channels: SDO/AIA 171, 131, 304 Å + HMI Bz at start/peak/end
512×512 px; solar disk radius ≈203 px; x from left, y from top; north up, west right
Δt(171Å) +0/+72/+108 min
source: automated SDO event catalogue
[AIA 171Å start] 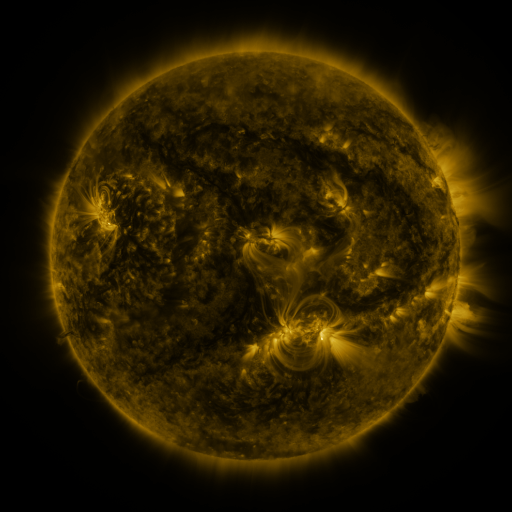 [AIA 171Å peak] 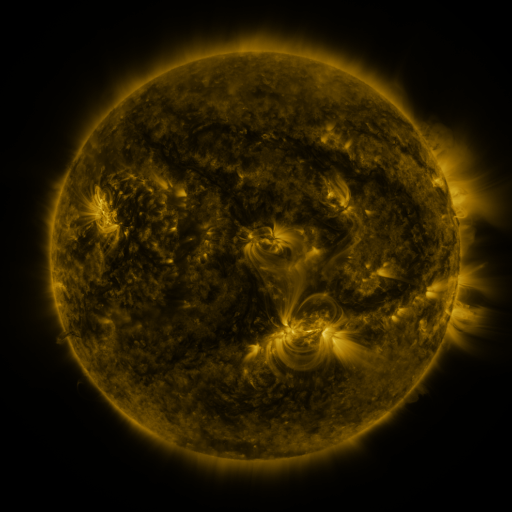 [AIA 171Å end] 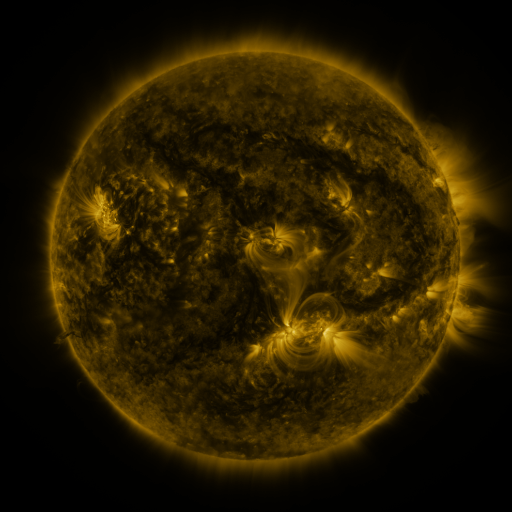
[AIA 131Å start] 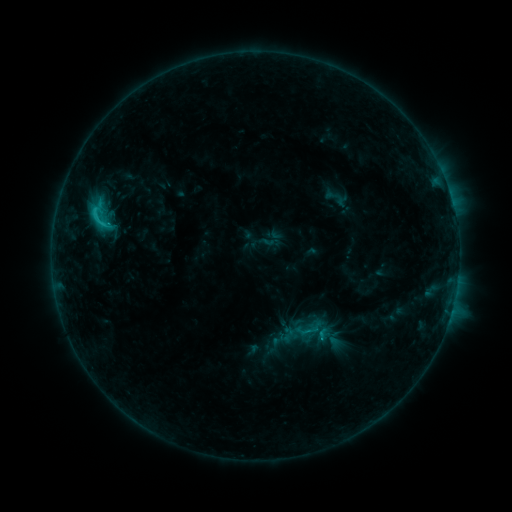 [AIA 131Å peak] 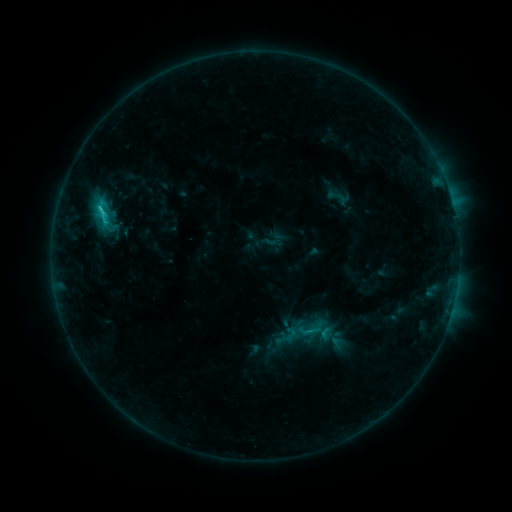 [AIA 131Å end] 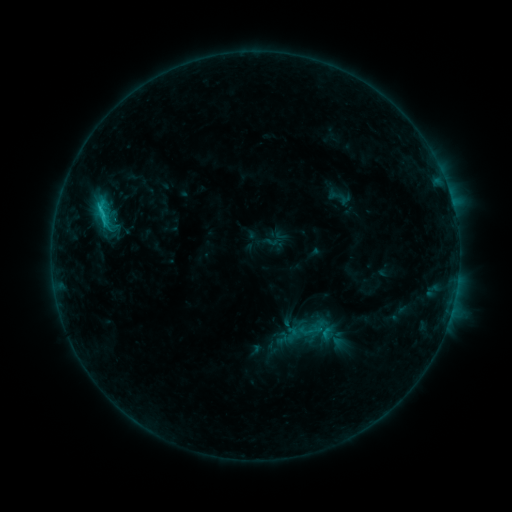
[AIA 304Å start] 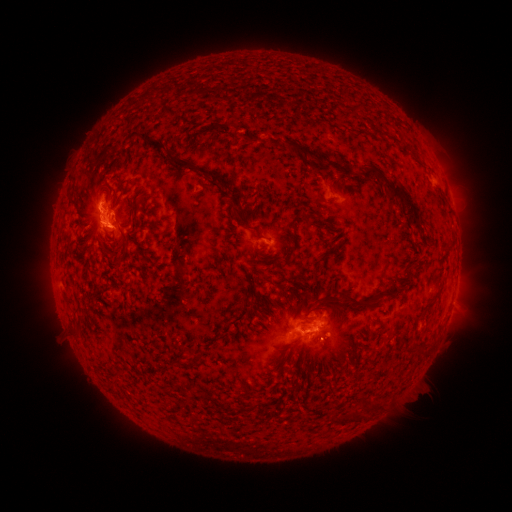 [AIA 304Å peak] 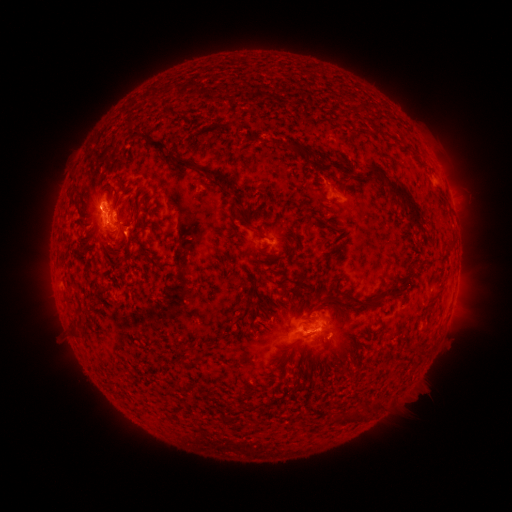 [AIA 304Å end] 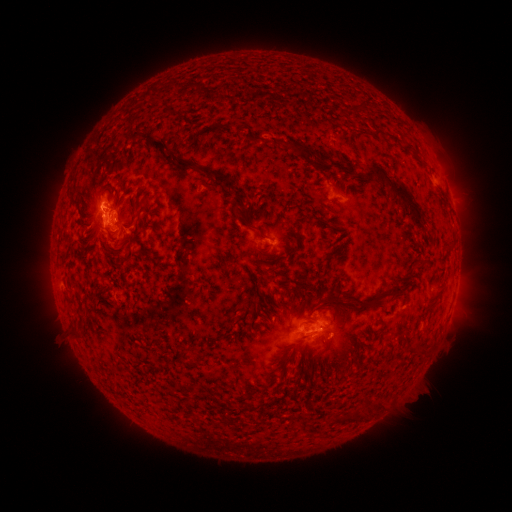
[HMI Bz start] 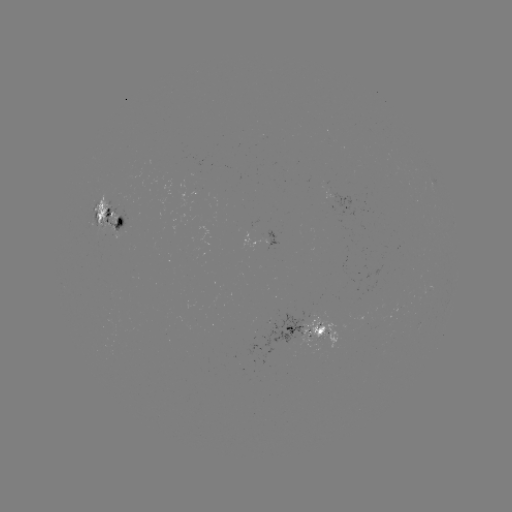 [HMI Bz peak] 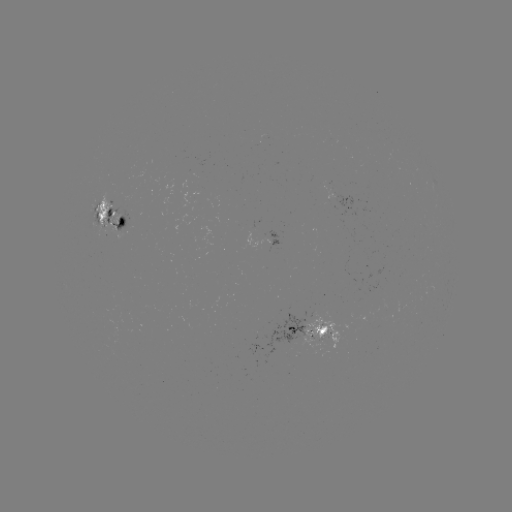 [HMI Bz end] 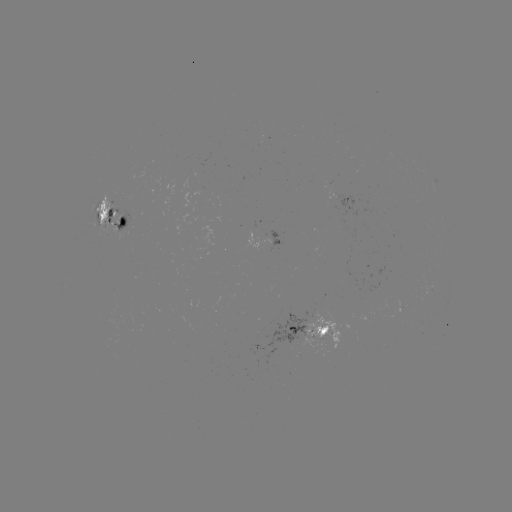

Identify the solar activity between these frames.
emerging-flux region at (95, 206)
